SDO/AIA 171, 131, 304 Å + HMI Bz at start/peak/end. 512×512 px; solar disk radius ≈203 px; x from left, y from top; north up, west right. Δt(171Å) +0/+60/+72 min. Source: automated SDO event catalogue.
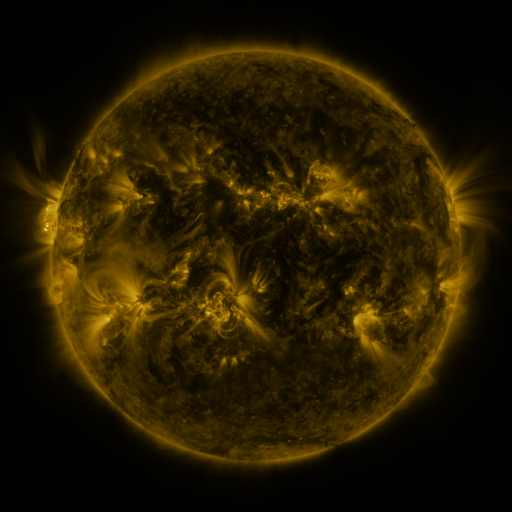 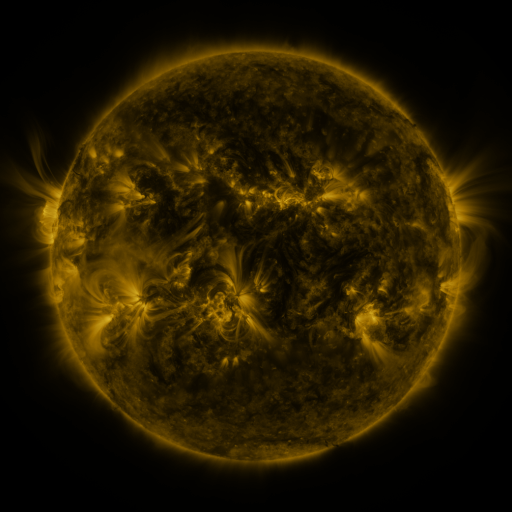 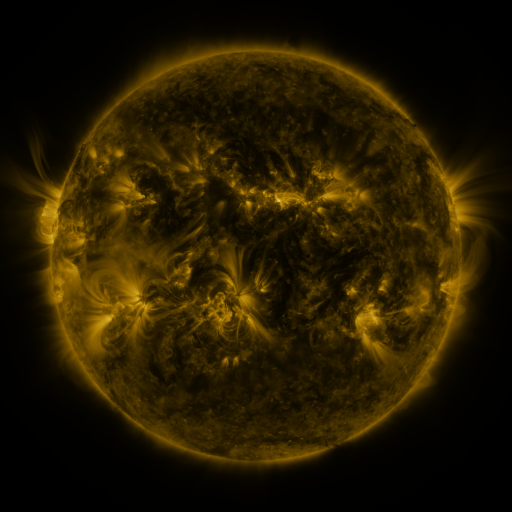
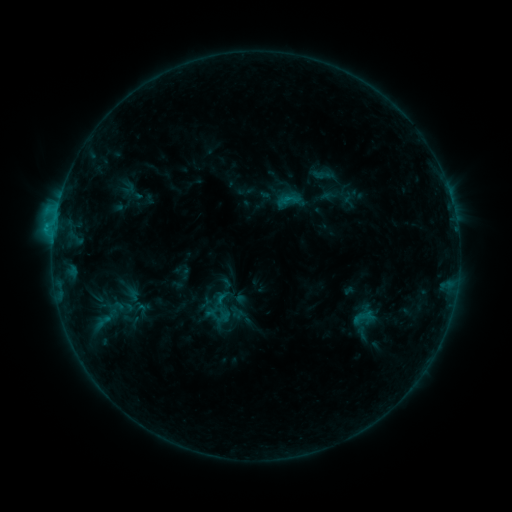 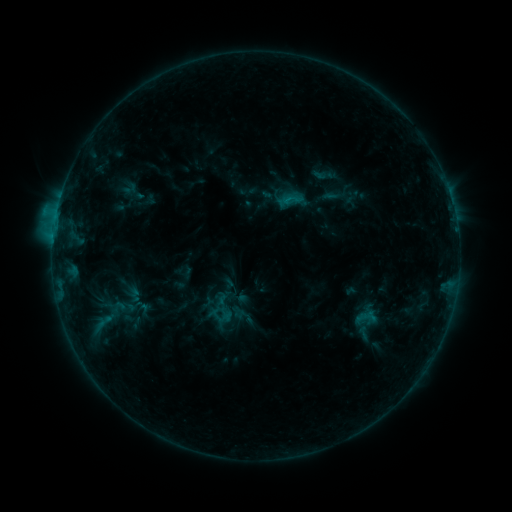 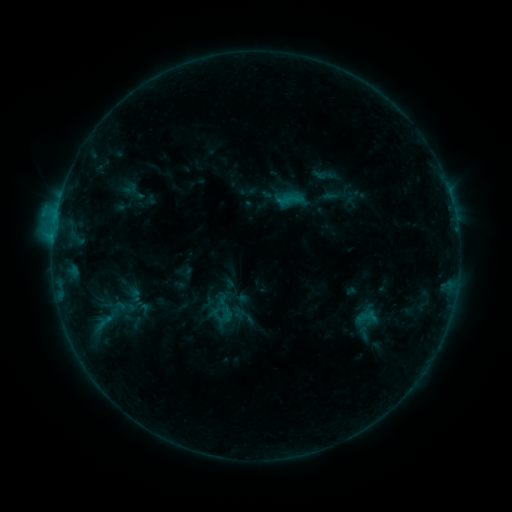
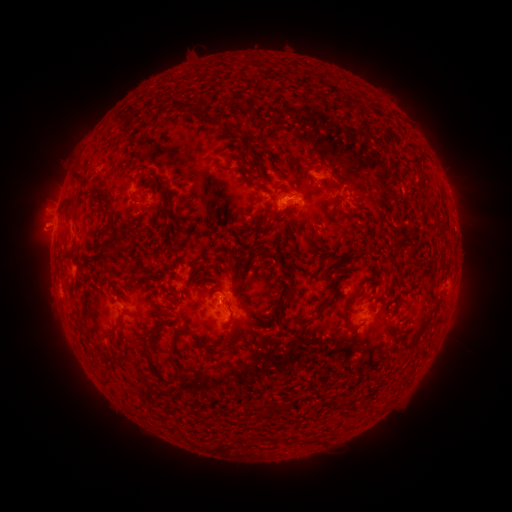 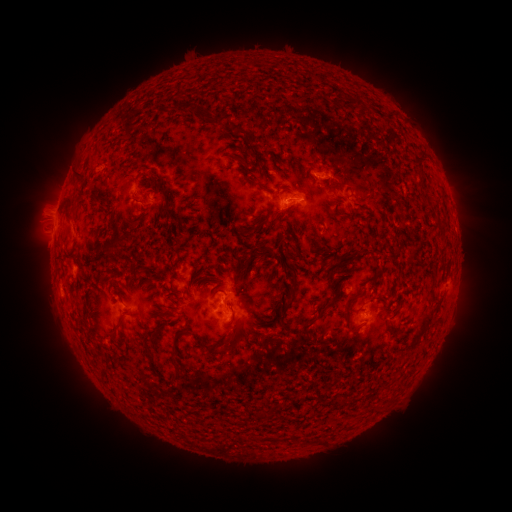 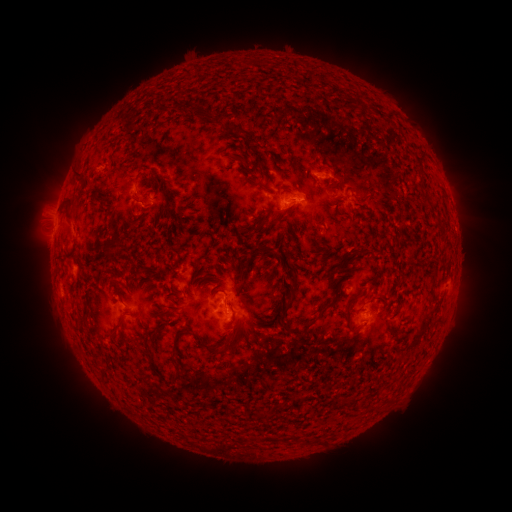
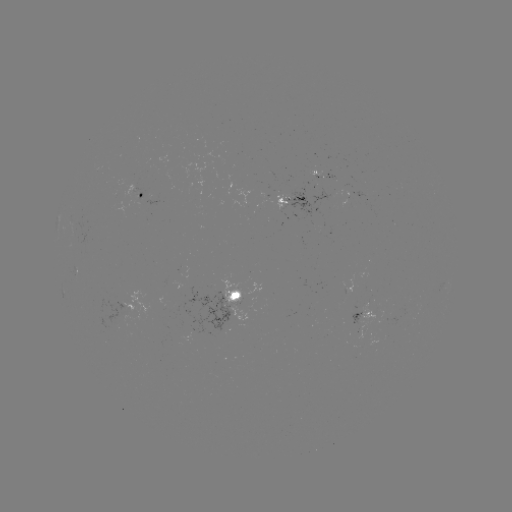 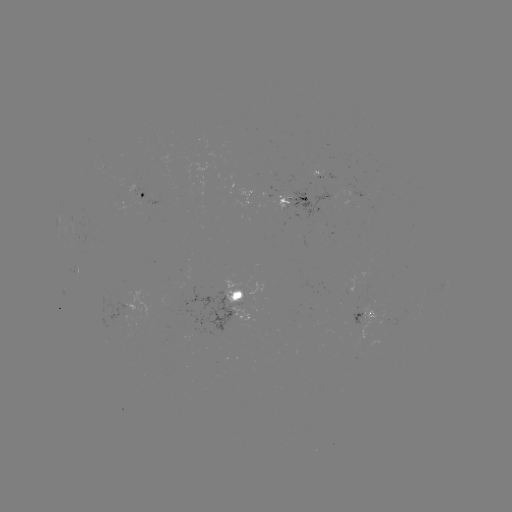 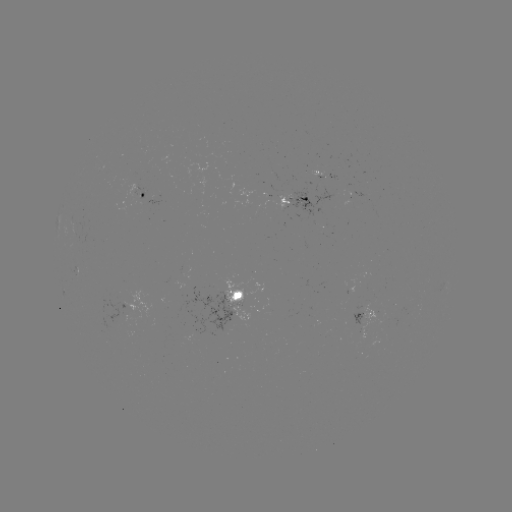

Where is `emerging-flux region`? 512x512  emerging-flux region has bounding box [274, 194, 289, 224].